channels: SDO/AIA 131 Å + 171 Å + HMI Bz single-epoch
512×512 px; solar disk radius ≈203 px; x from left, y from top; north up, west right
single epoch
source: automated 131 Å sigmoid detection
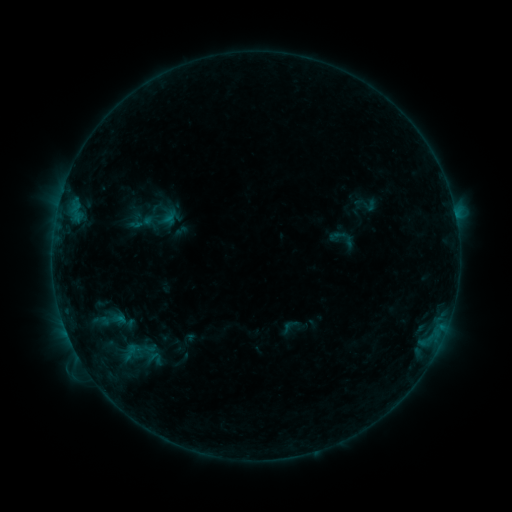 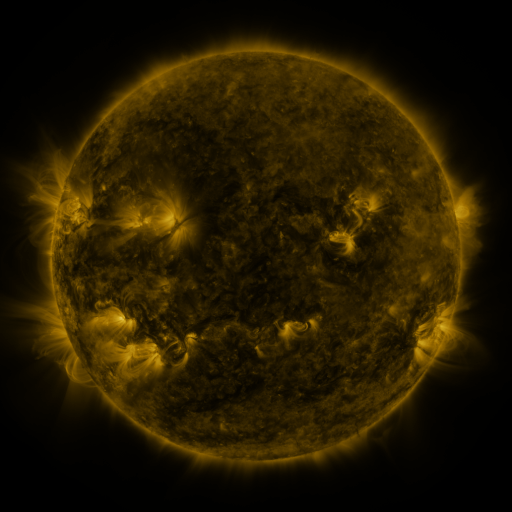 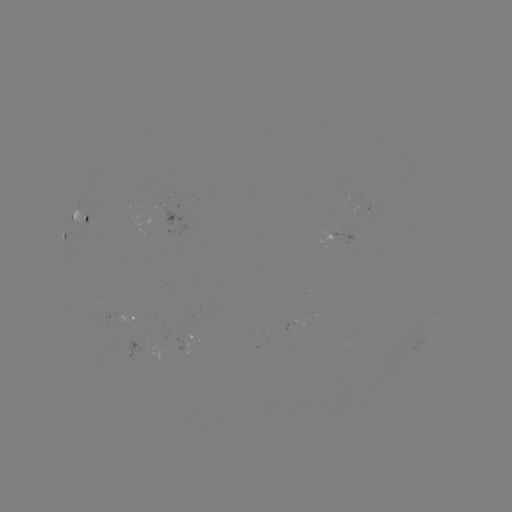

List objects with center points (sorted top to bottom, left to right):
sigmoid: (342, 238)
sigmoid: (130, 352)
